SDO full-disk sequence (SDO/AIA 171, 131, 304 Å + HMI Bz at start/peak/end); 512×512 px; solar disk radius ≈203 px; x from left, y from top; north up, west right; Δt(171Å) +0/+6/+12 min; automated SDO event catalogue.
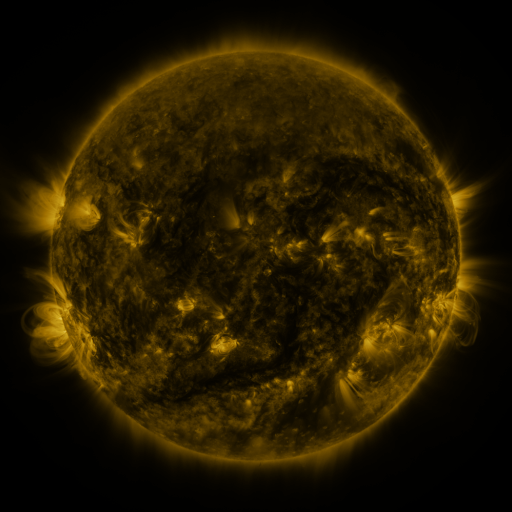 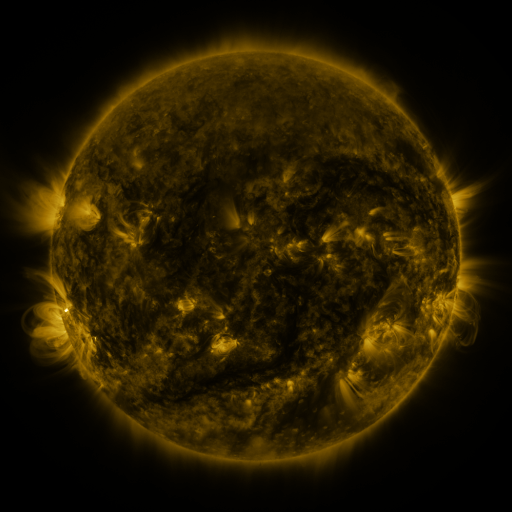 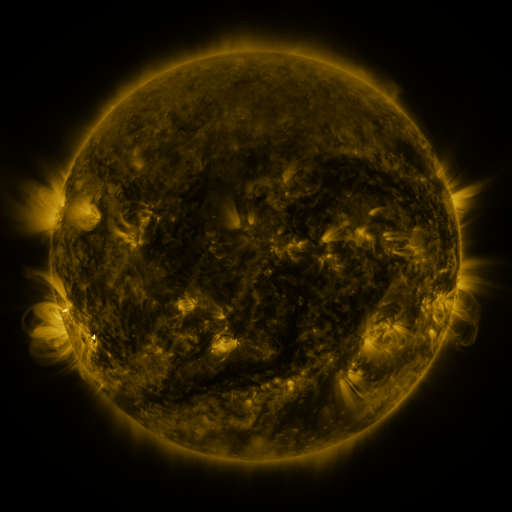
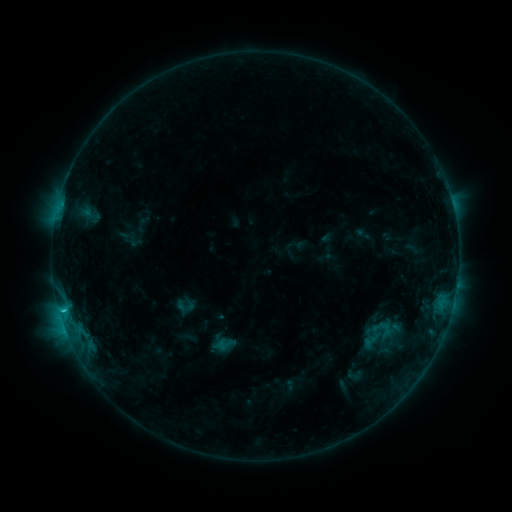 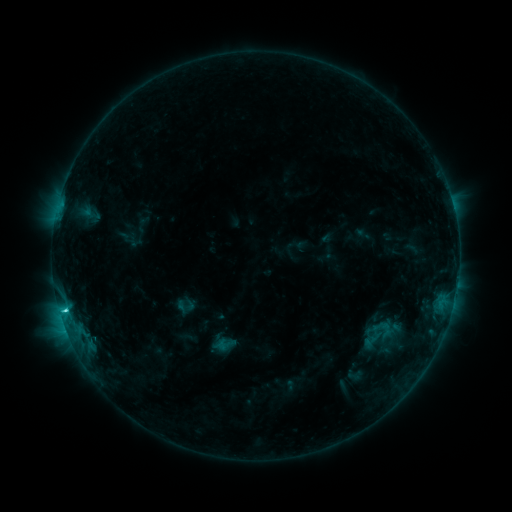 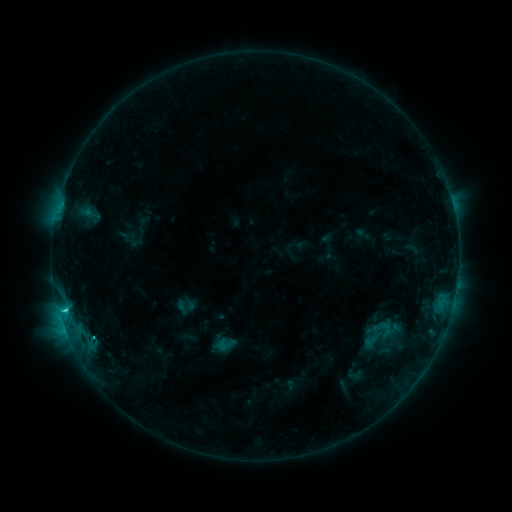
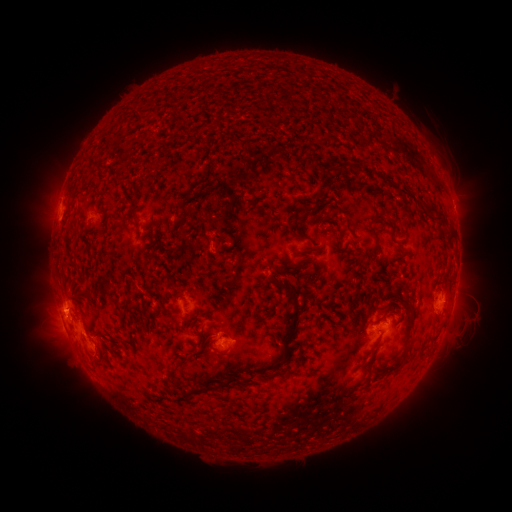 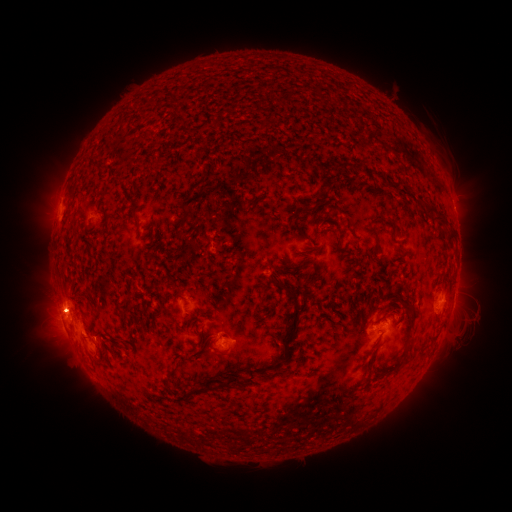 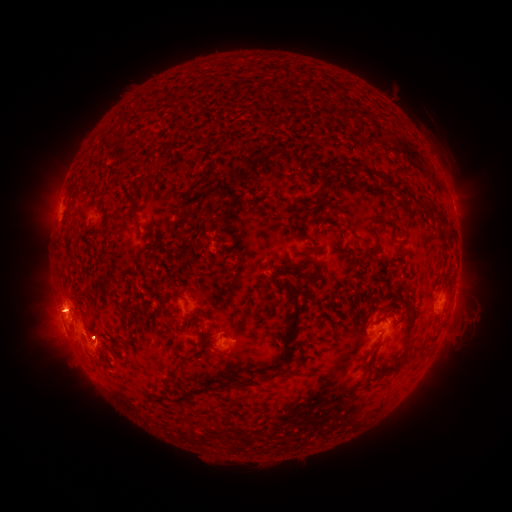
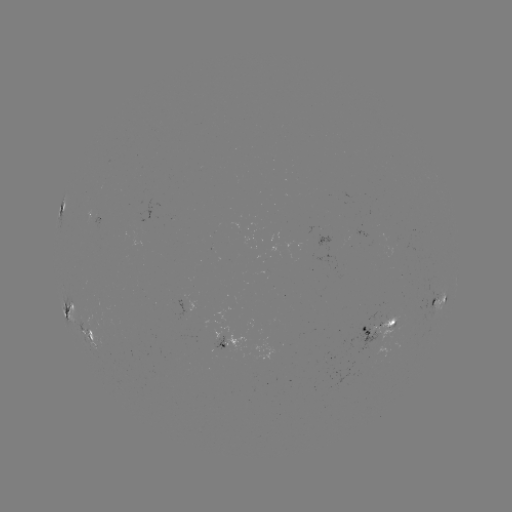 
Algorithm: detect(eruption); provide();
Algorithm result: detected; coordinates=(53, 308)